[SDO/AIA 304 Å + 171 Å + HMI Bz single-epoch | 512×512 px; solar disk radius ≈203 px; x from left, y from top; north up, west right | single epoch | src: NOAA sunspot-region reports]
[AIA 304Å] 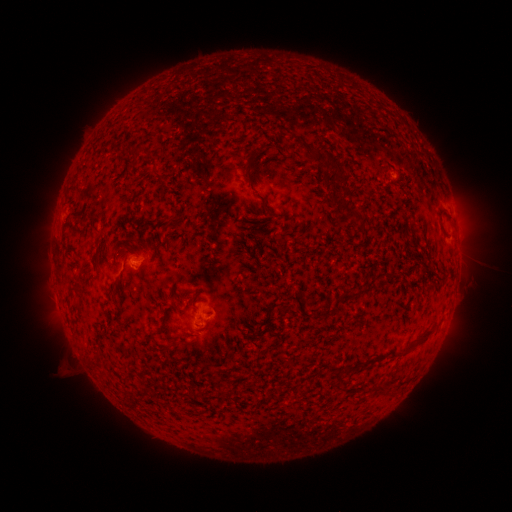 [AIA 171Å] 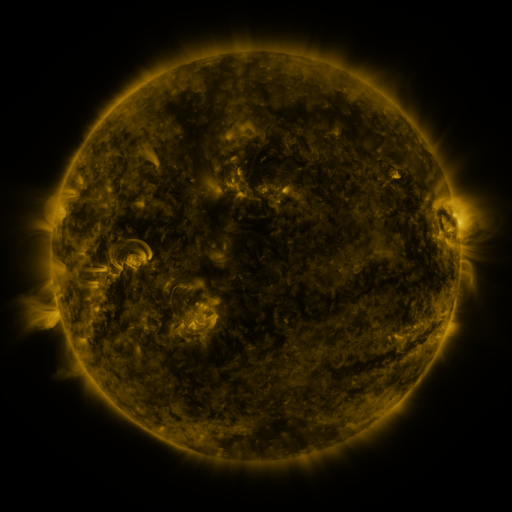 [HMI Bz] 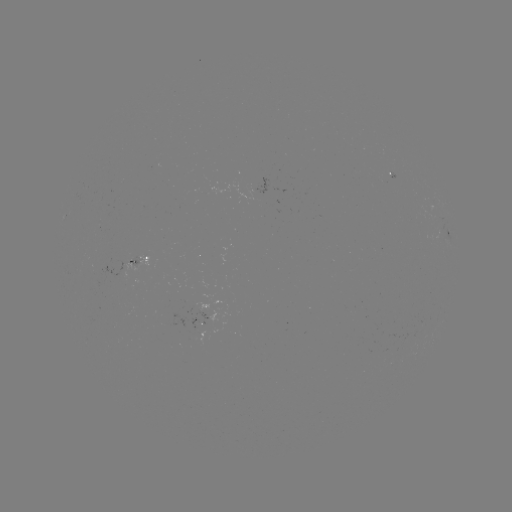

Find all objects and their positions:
spotted active region: (450, 234)
spotted active region: (139, 260)
